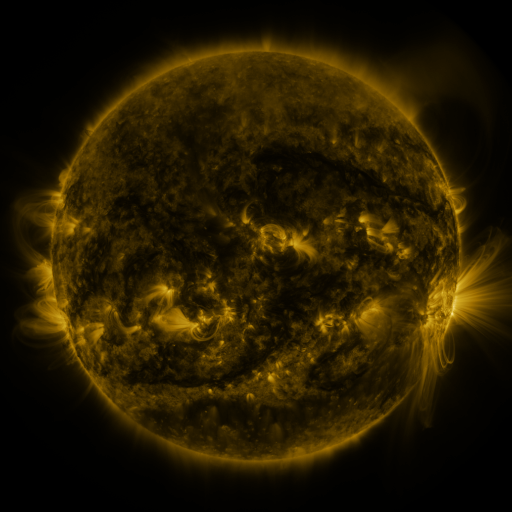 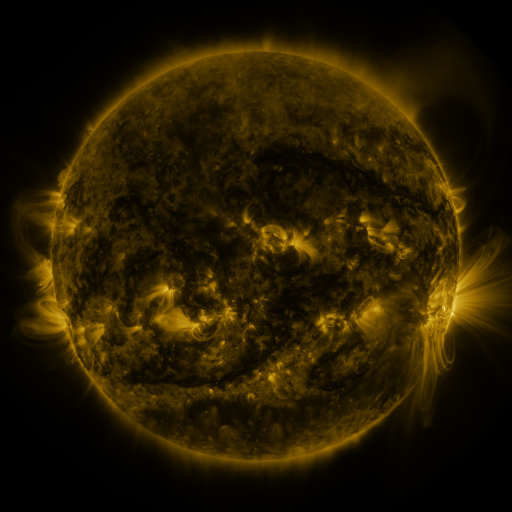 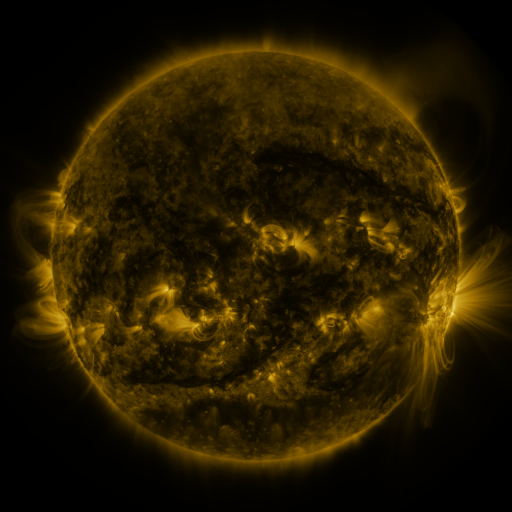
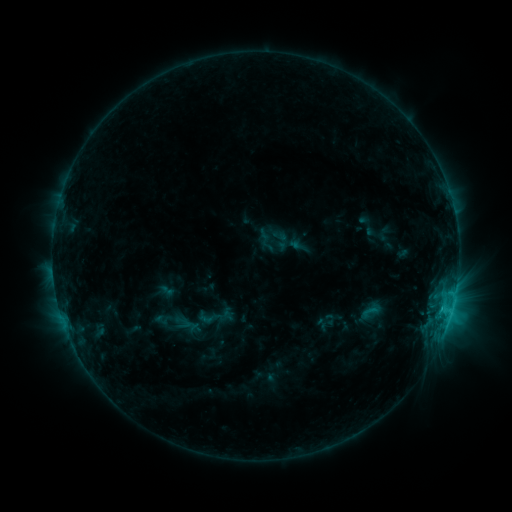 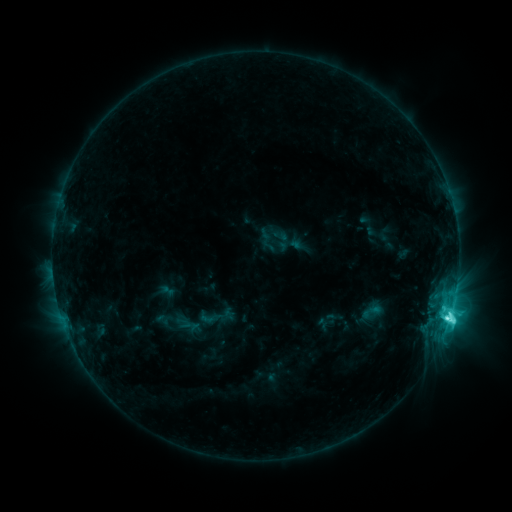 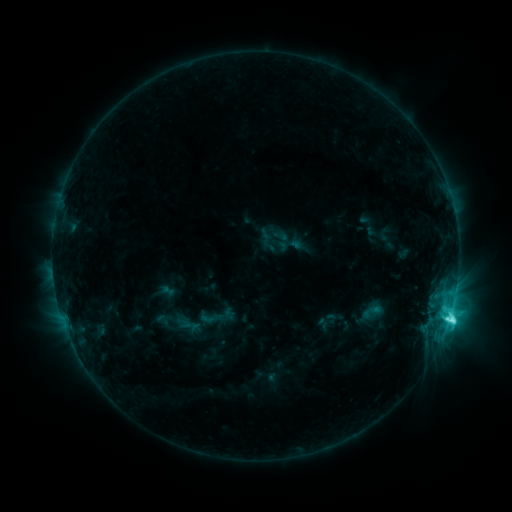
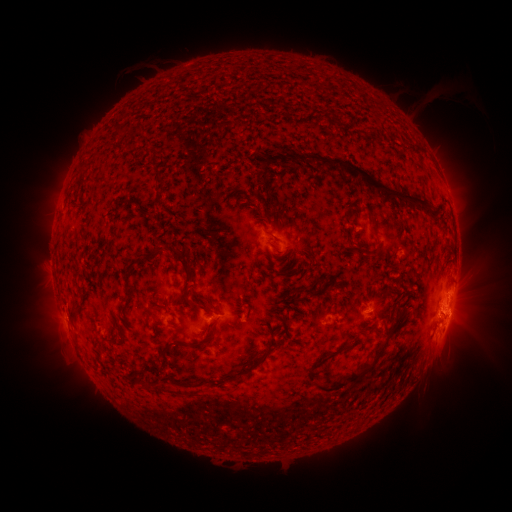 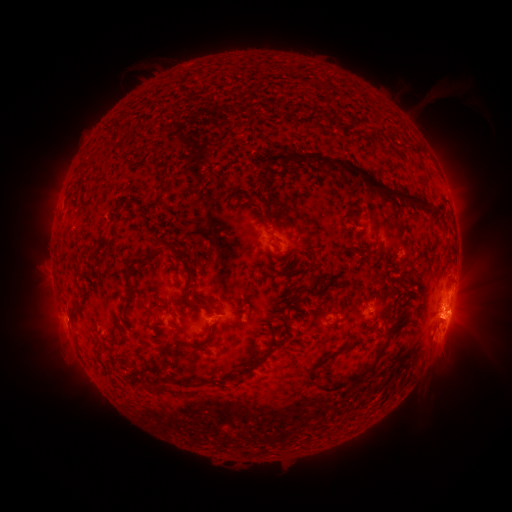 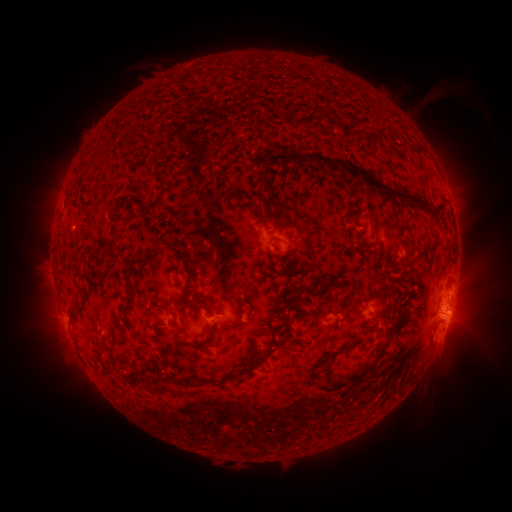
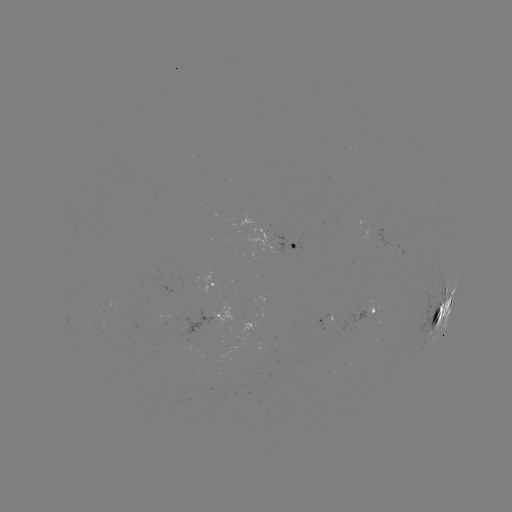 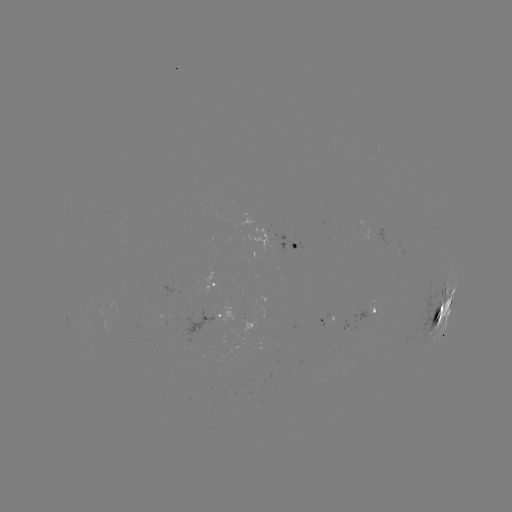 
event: flare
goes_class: C8.4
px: (447, 314)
